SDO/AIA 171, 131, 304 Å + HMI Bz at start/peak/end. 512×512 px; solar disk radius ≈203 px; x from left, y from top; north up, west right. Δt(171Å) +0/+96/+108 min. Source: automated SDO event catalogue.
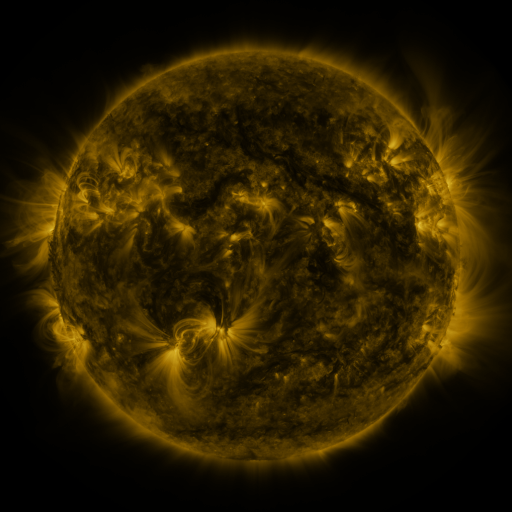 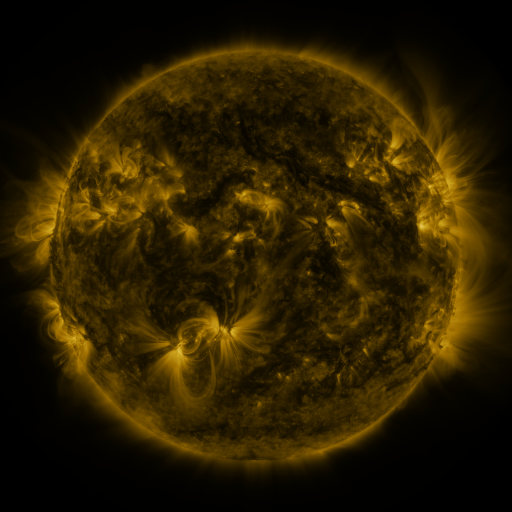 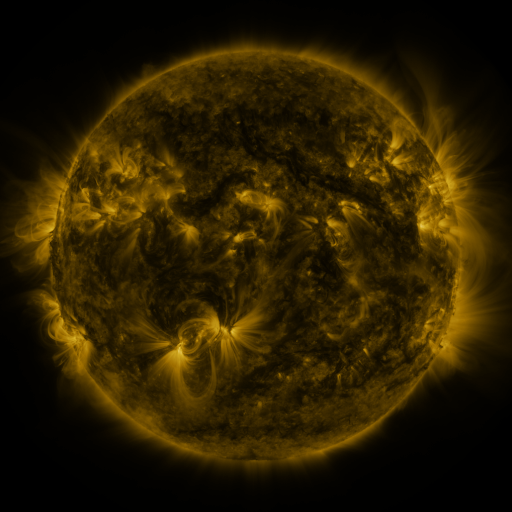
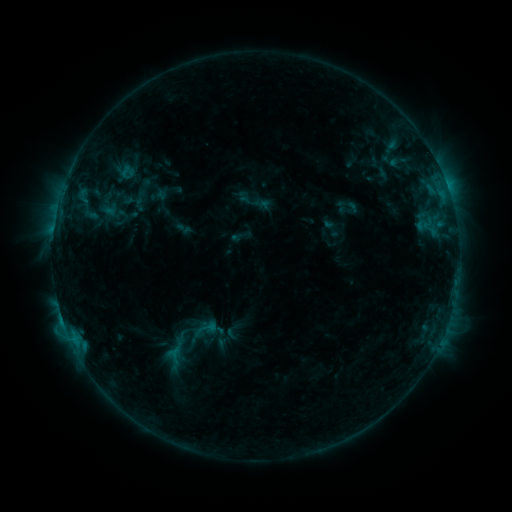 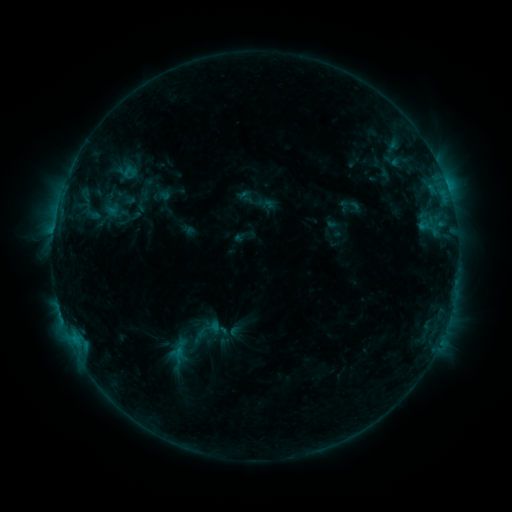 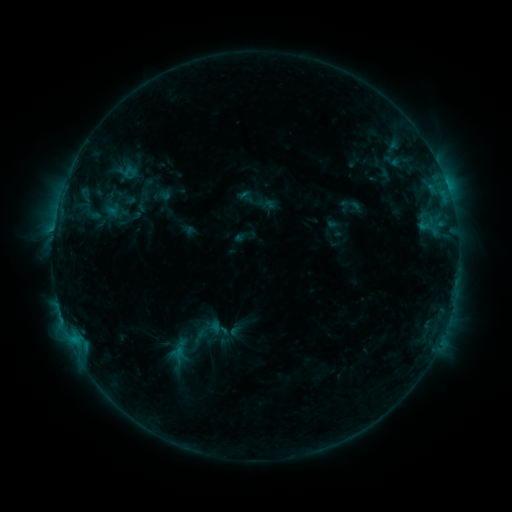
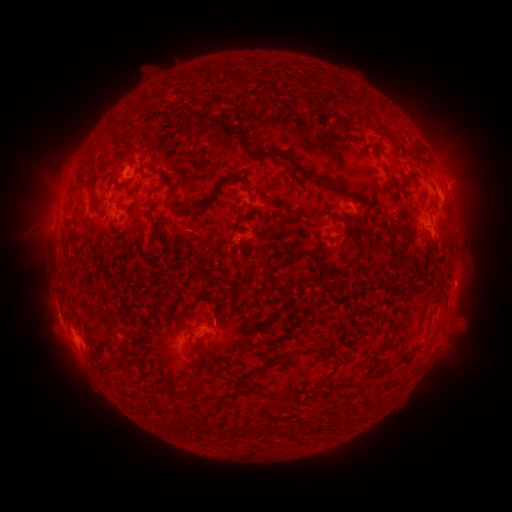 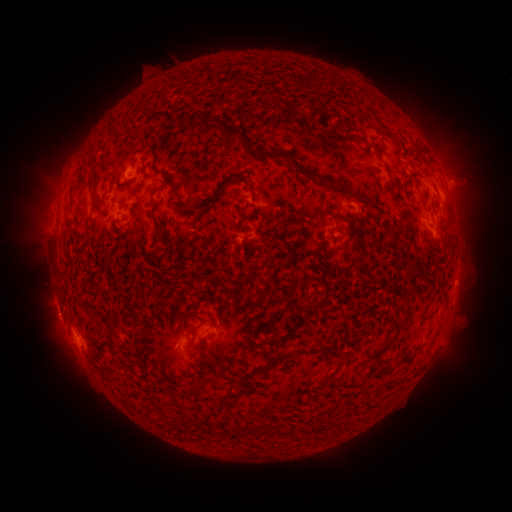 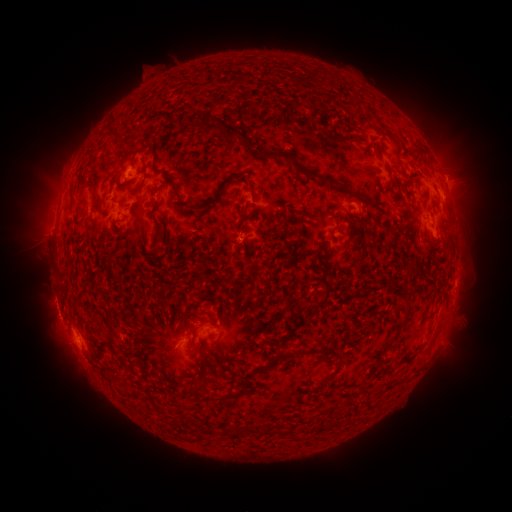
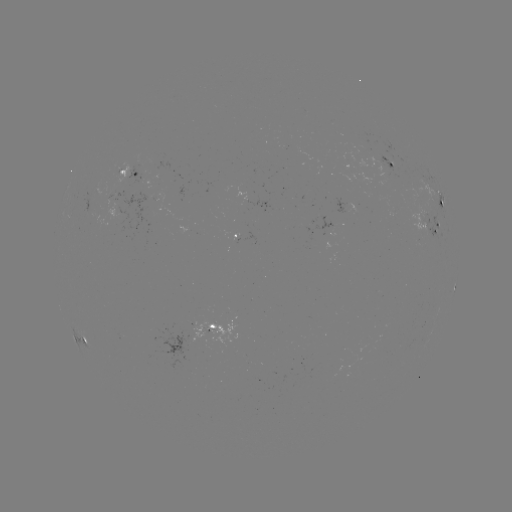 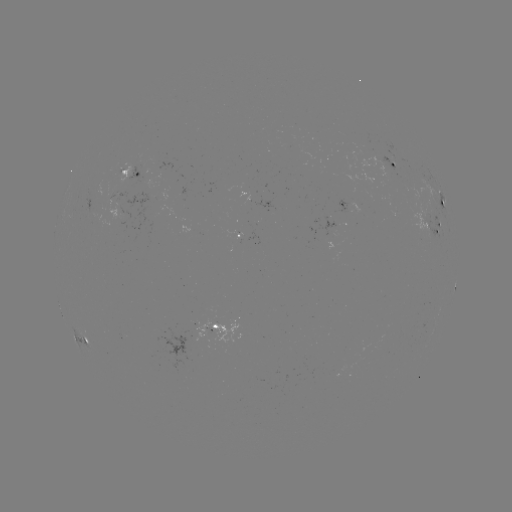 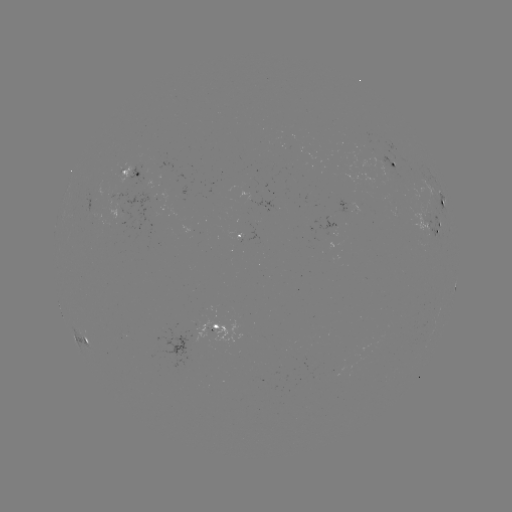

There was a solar emerging-flux region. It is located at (386, 172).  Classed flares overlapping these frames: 1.